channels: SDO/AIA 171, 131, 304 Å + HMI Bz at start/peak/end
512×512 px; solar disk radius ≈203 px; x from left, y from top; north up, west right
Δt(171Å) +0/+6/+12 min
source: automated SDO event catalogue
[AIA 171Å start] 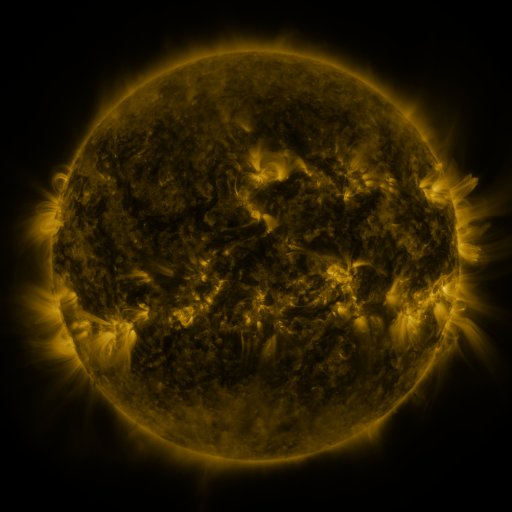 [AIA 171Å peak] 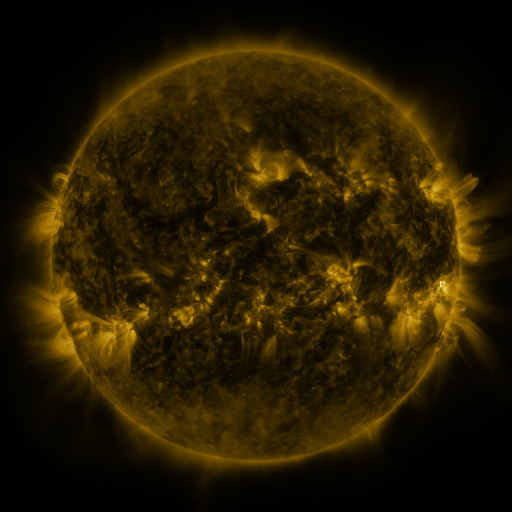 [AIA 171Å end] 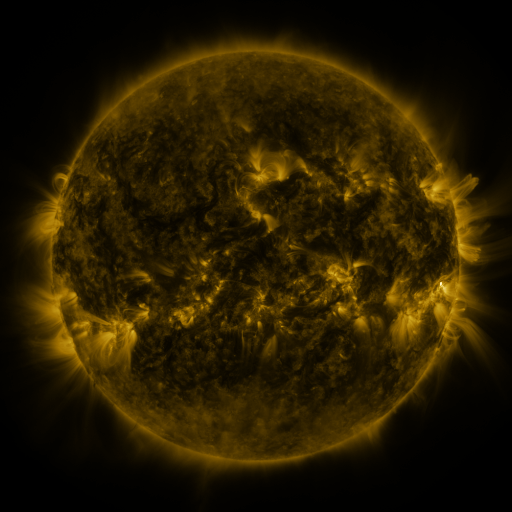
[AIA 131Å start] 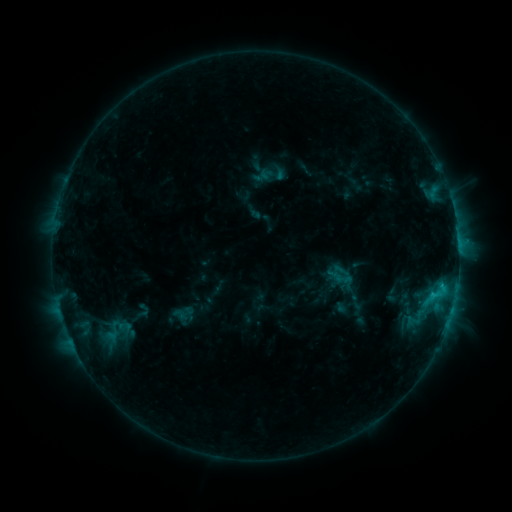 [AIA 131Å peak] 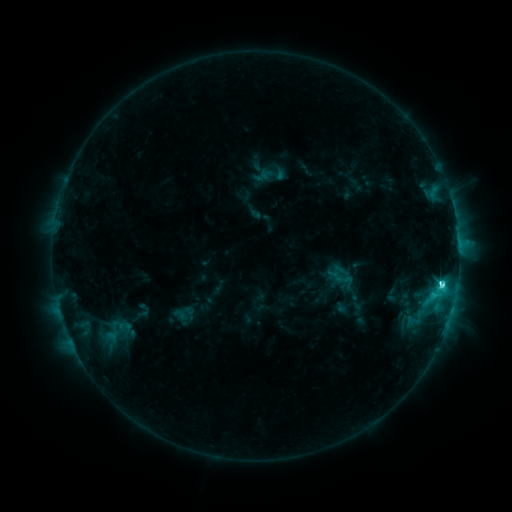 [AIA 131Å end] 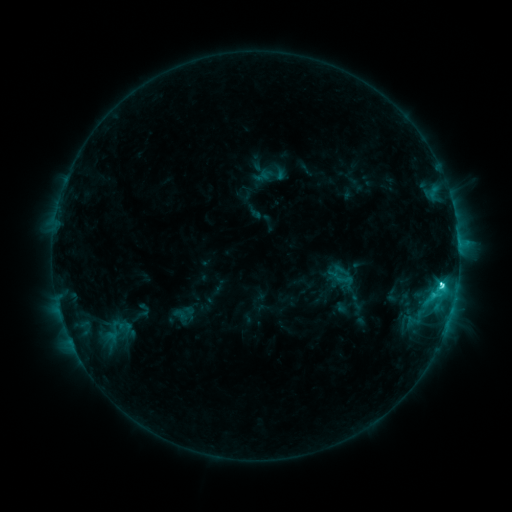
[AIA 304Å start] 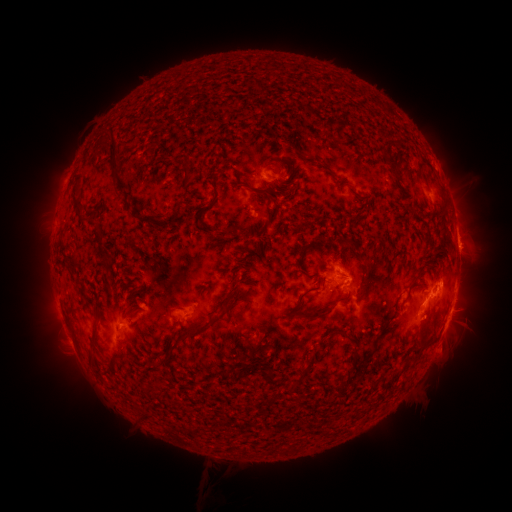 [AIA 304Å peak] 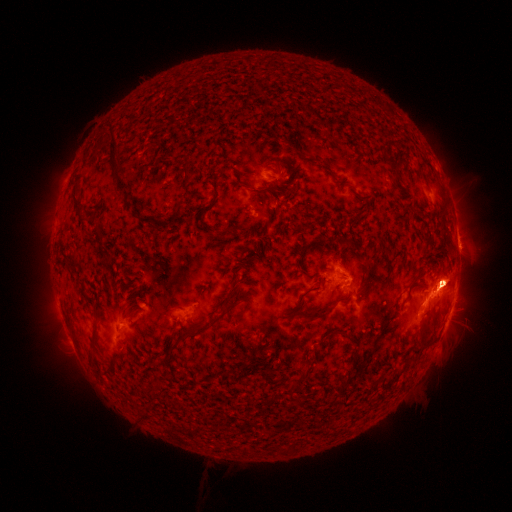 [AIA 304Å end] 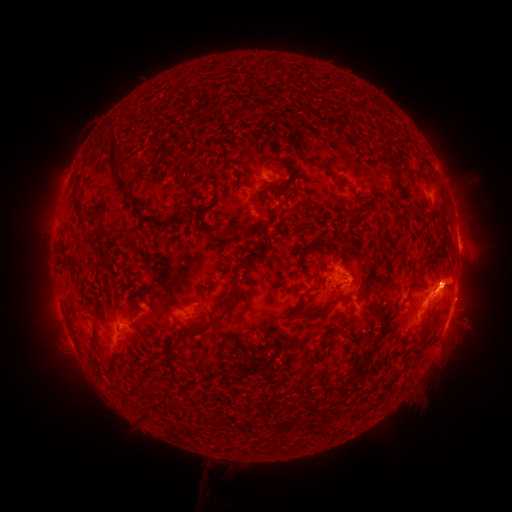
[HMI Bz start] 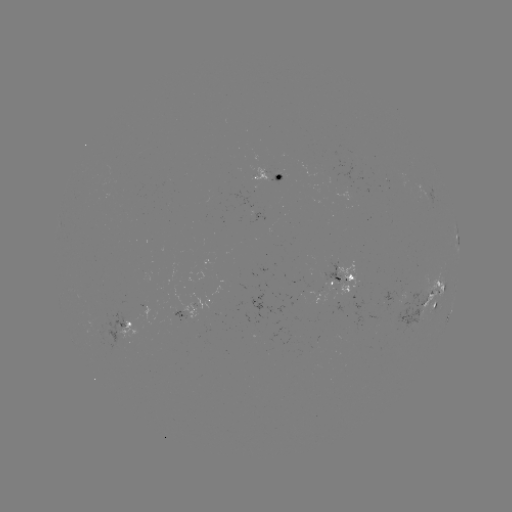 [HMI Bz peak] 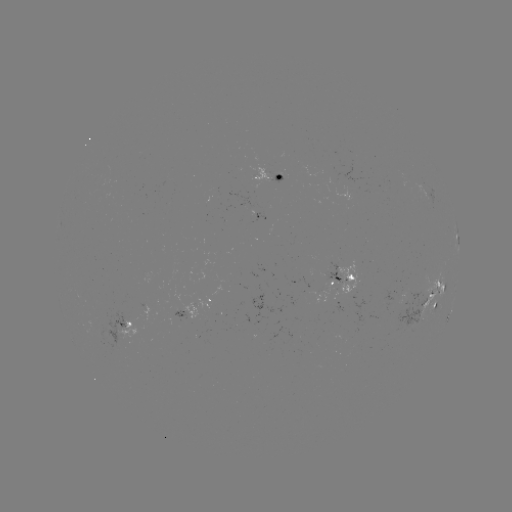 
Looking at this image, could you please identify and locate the C8.8 flare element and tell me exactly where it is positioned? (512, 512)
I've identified C8.8 flare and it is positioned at (441, 284).